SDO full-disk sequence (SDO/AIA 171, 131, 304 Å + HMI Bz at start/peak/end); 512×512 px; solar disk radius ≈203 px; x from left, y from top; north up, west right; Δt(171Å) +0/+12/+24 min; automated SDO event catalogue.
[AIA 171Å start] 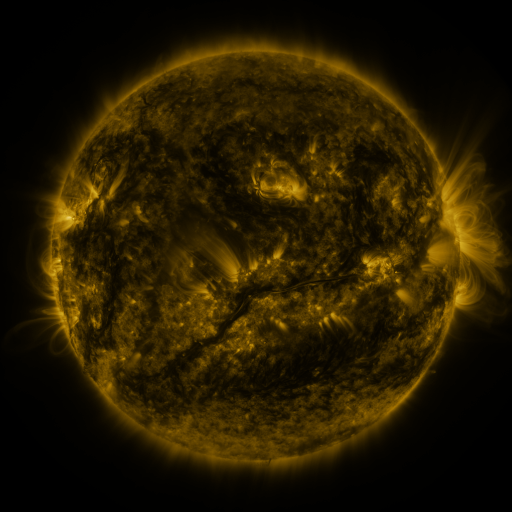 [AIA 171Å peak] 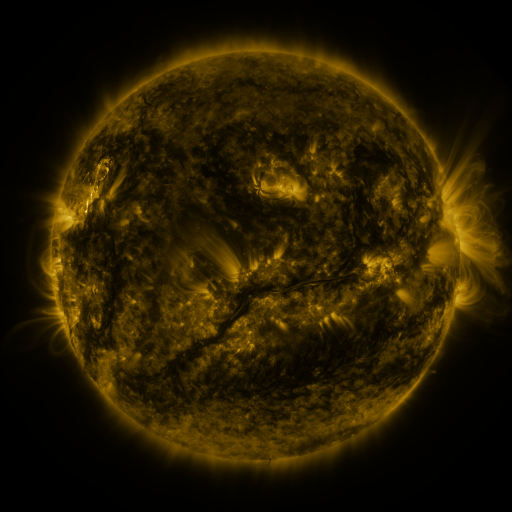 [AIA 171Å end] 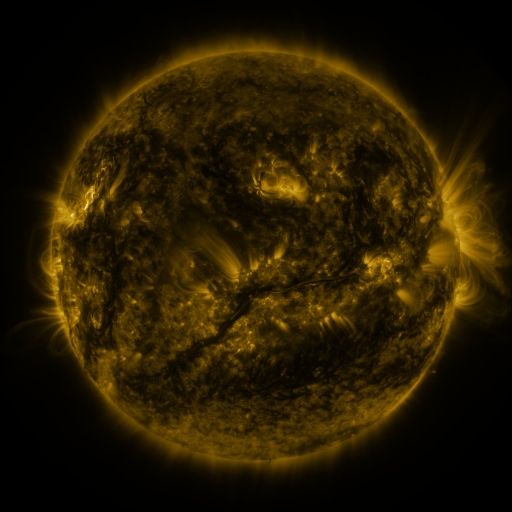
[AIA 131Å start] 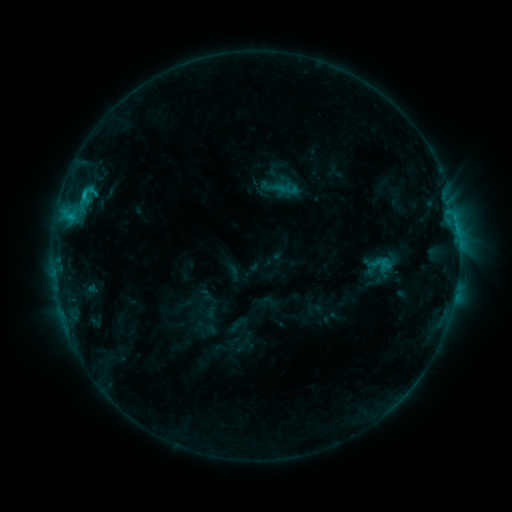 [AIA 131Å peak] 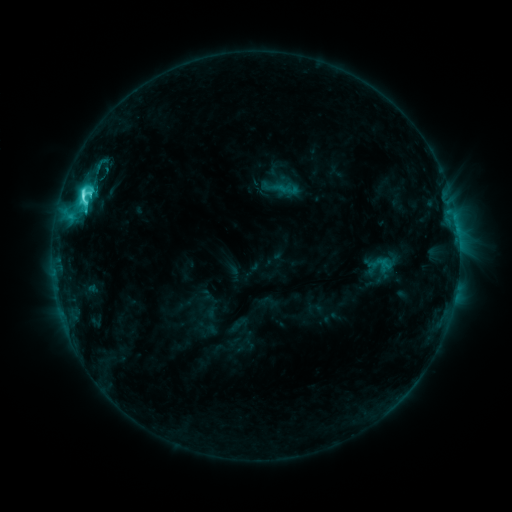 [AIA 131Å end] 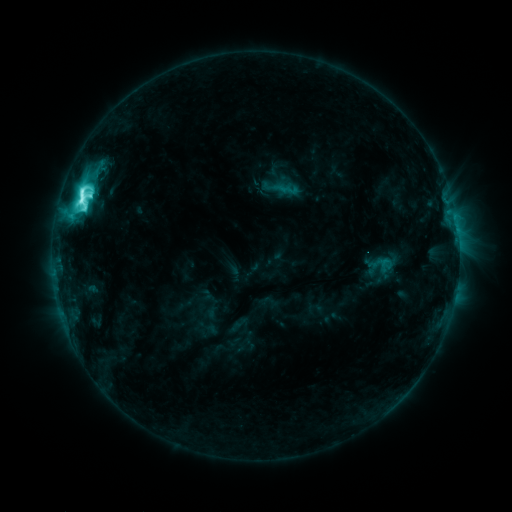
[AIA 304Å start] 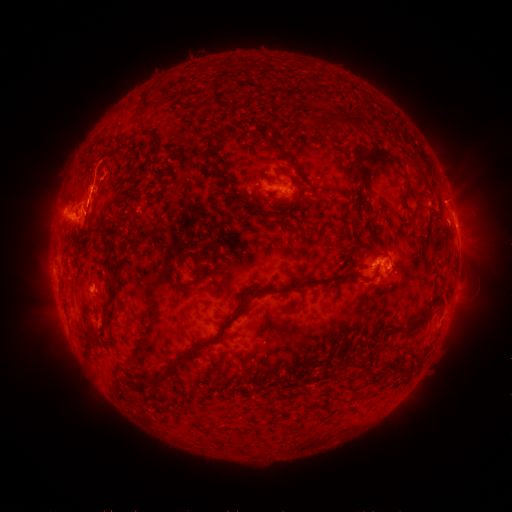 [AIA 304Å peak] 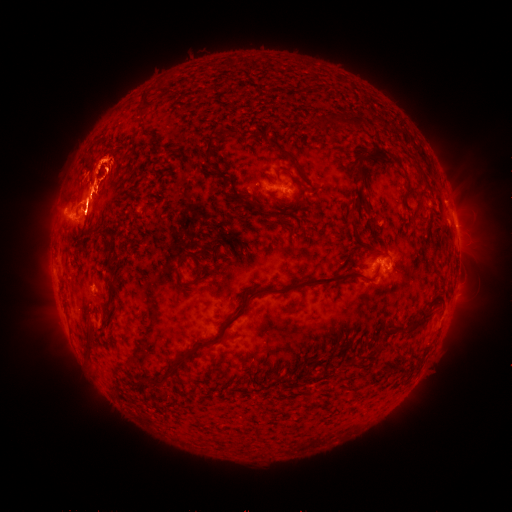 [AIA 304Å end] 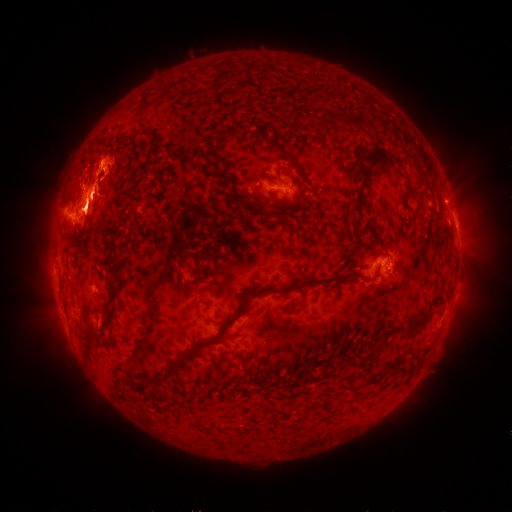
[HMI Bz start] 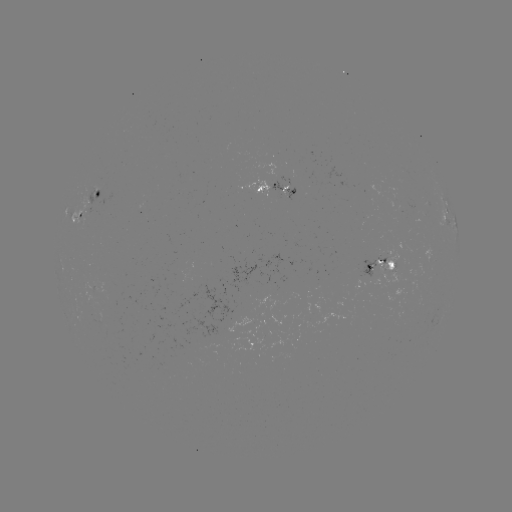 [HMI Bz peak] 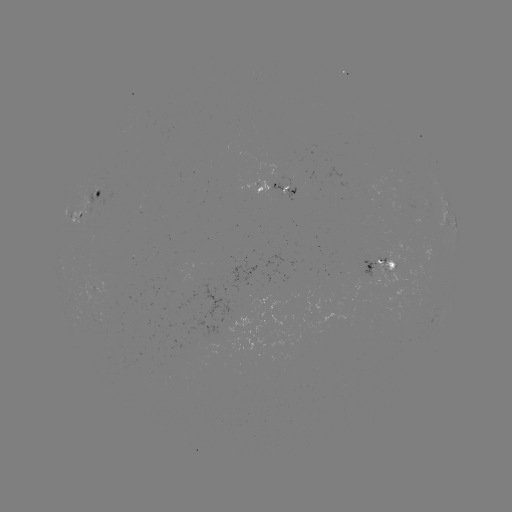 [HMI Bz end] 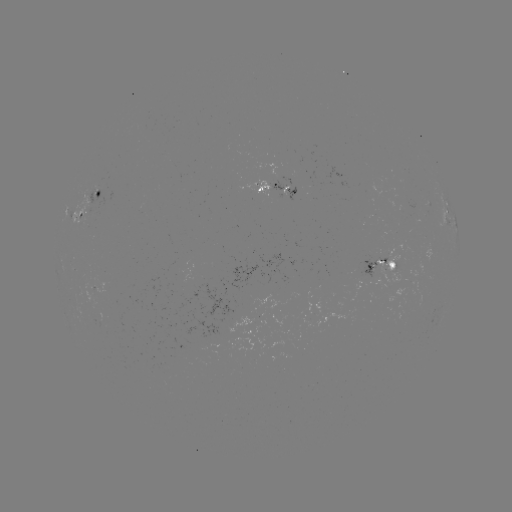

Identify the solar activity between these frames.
eruption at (98, 174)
